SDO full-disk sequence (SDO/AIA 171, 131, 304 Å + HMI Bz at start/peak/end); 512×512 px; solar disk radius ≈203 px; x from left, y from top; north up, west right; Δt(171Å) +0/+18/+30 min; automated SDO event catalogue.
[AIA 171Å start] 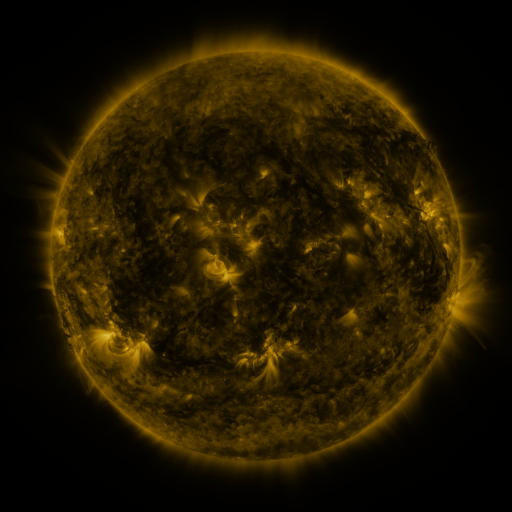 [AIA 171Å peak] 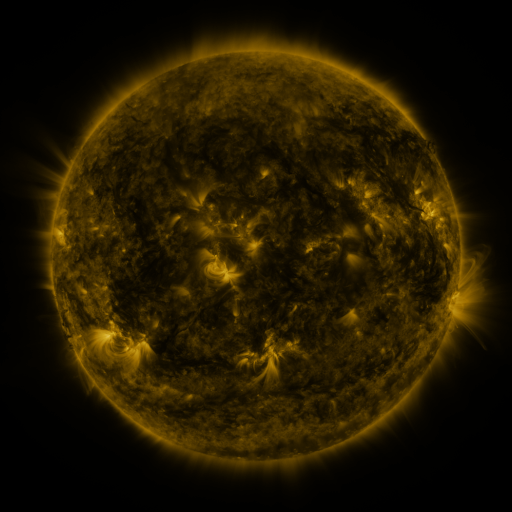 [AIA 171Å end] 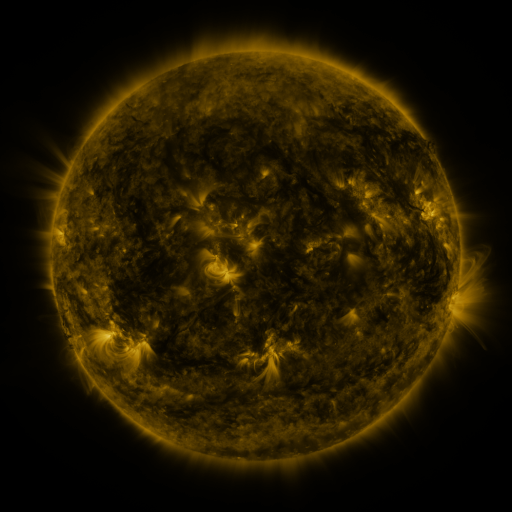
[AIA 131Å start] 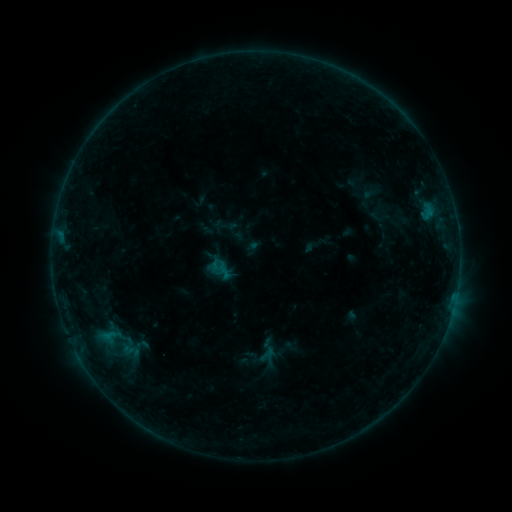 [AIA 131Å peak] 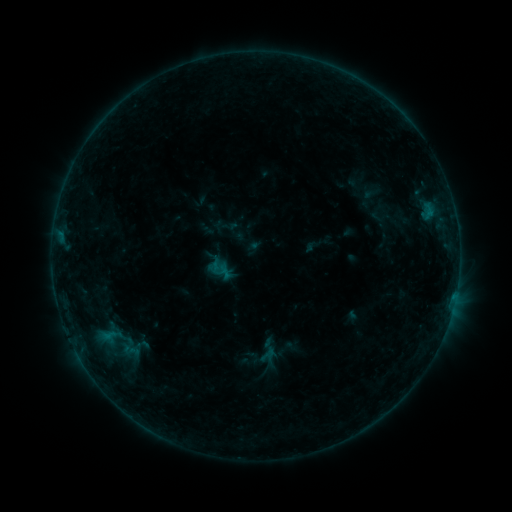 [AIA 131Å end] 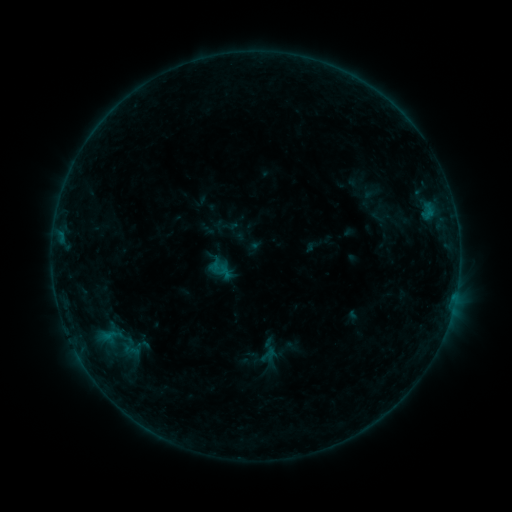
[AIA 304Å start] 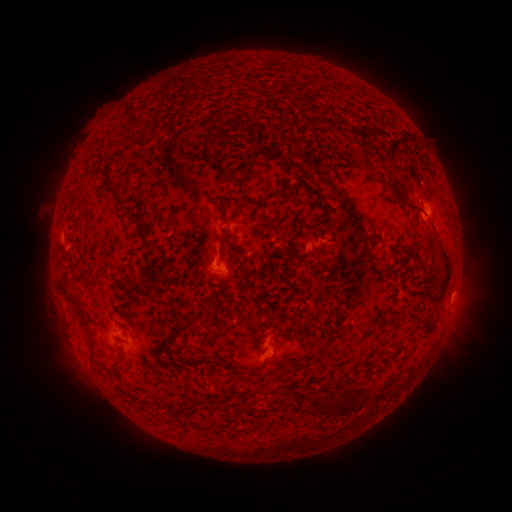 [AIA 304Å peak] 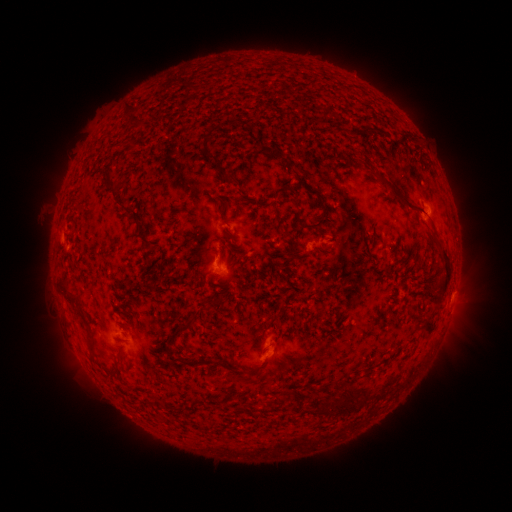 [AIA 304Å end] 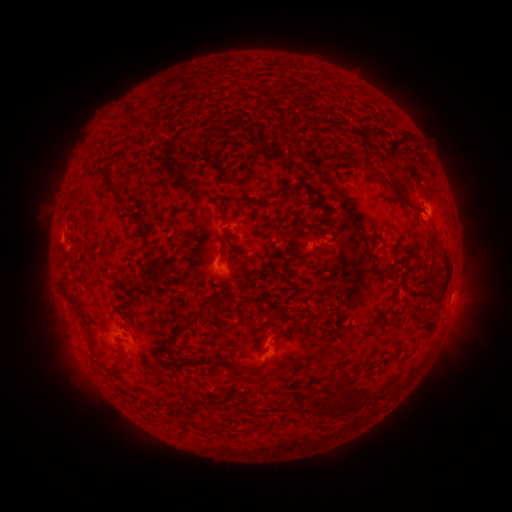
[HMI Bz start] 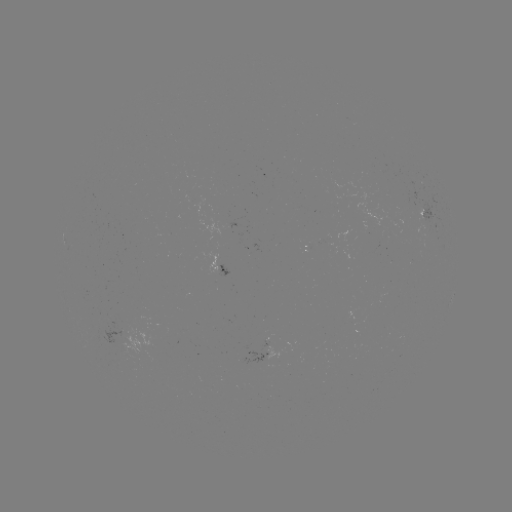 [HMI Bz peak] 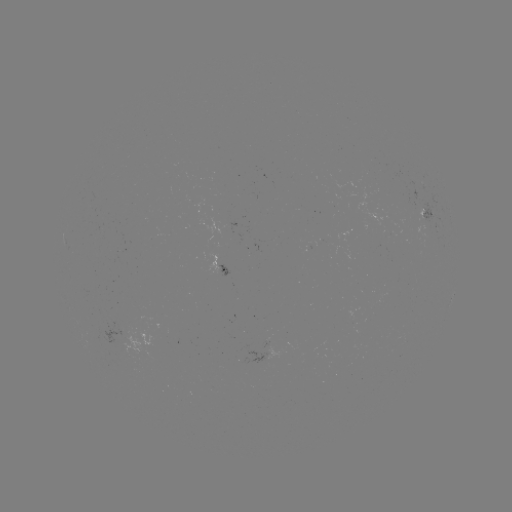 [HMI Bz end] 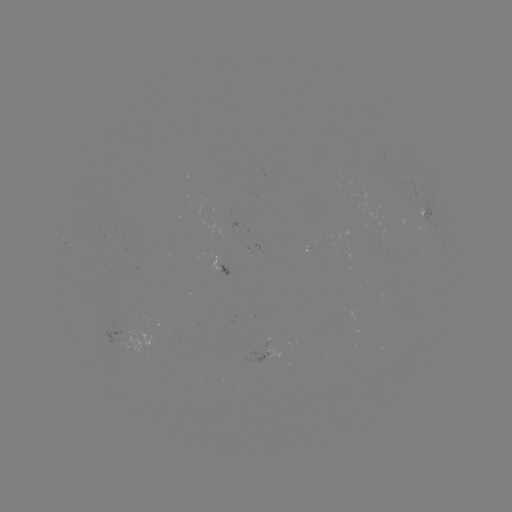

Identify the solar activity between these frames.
no catalogued flare and no flagged EUV brightening in this window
